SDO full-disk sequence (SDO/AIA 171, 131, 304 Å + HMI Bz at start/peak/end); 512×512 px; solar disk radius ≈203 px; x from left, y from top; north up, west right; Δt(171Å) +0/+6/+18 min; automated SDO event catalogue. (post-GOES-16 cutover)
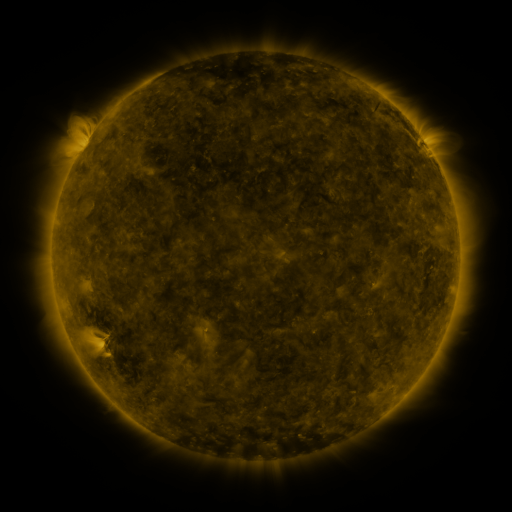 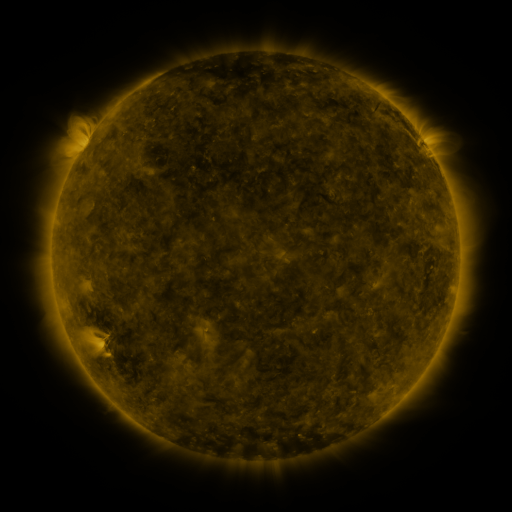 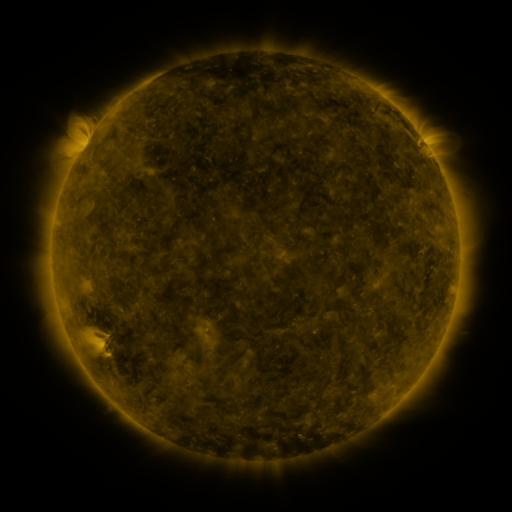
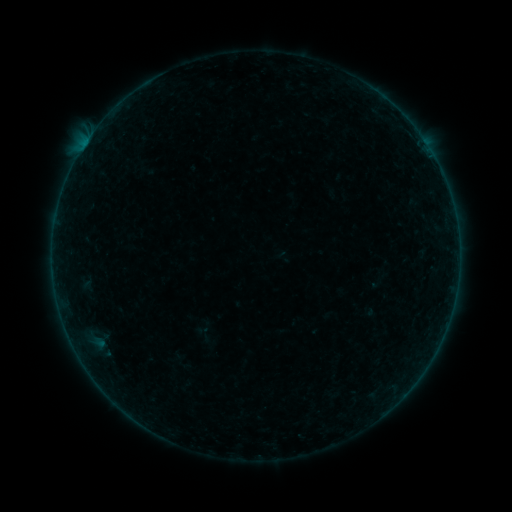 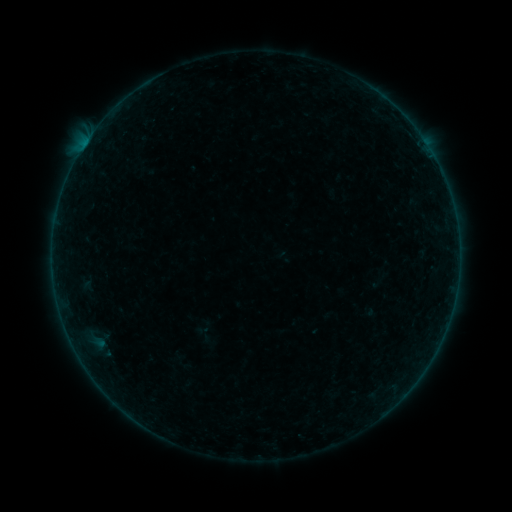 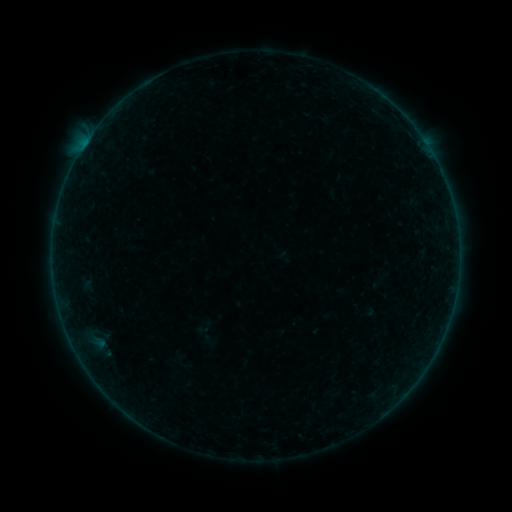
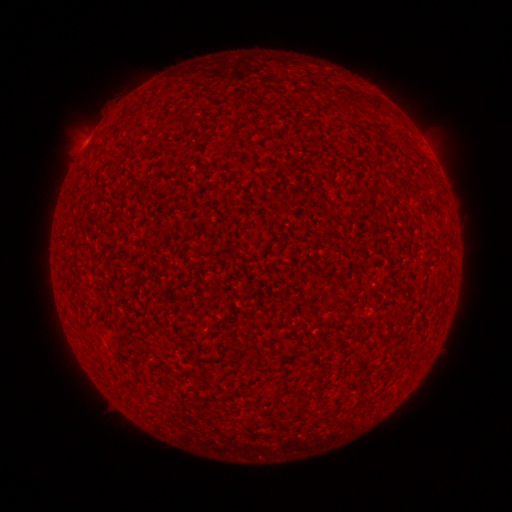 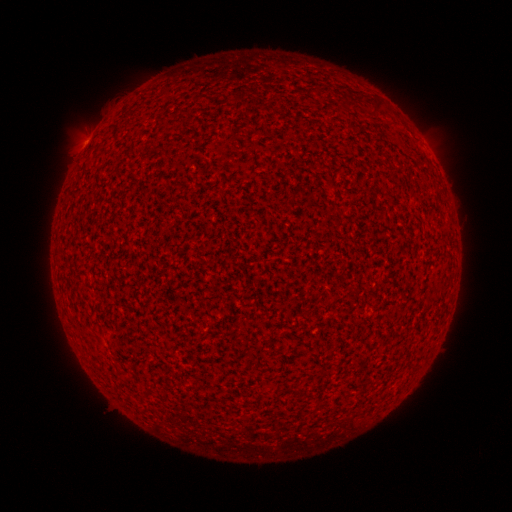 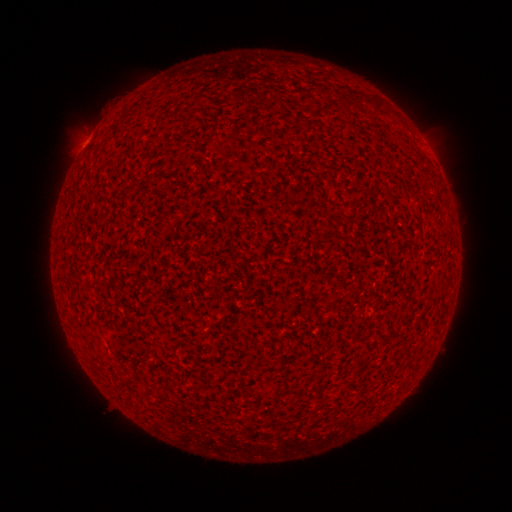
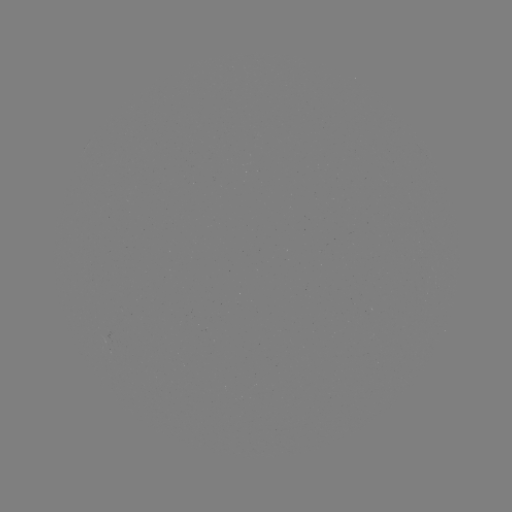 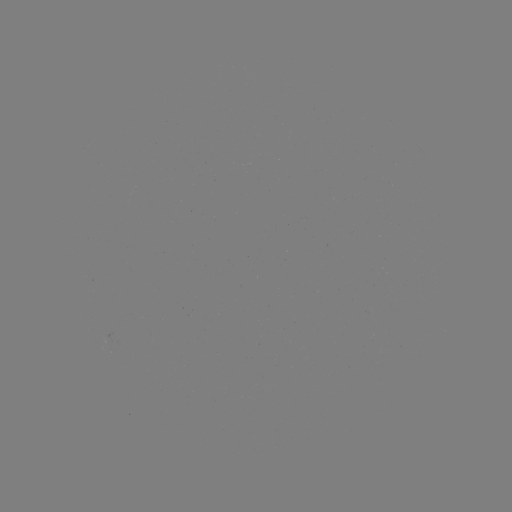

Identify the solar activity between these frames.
A5.0 flare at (87, 142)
